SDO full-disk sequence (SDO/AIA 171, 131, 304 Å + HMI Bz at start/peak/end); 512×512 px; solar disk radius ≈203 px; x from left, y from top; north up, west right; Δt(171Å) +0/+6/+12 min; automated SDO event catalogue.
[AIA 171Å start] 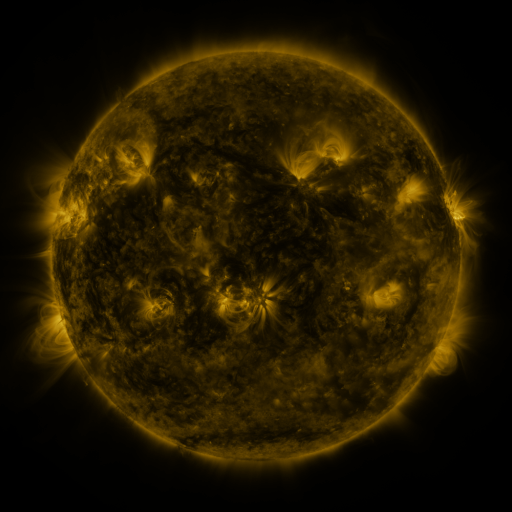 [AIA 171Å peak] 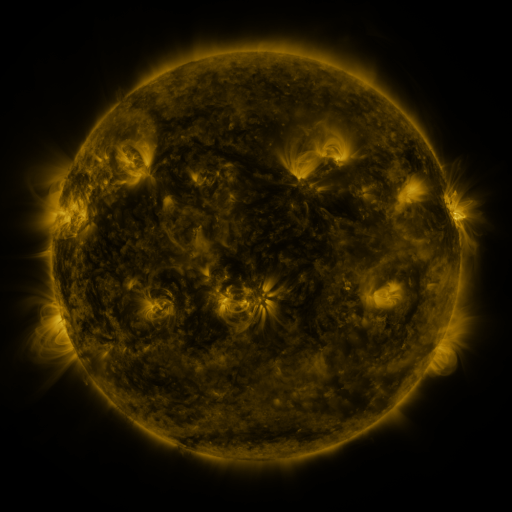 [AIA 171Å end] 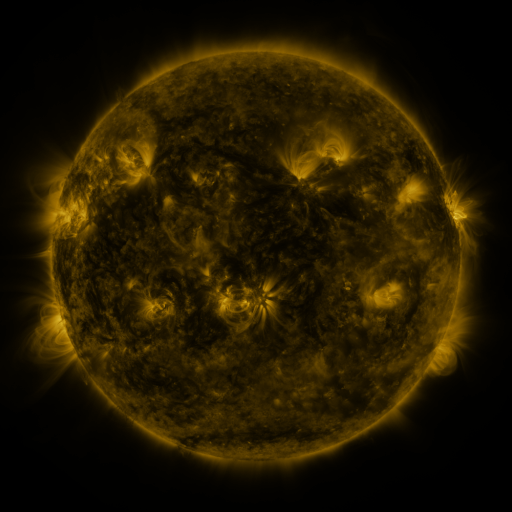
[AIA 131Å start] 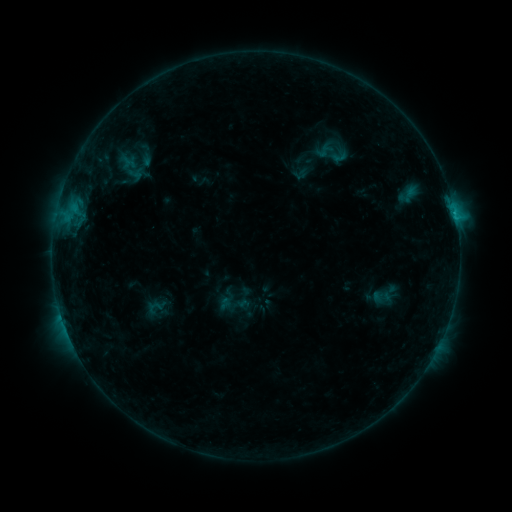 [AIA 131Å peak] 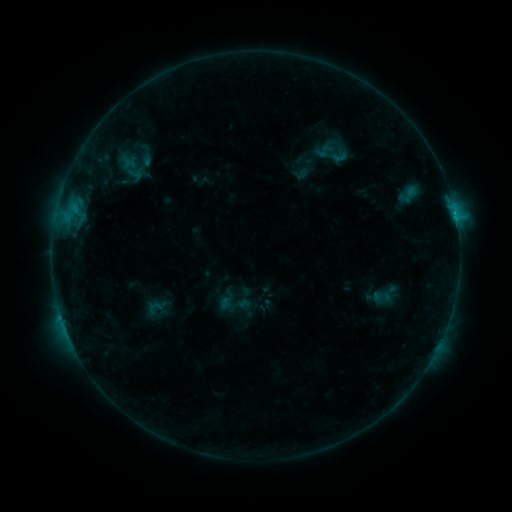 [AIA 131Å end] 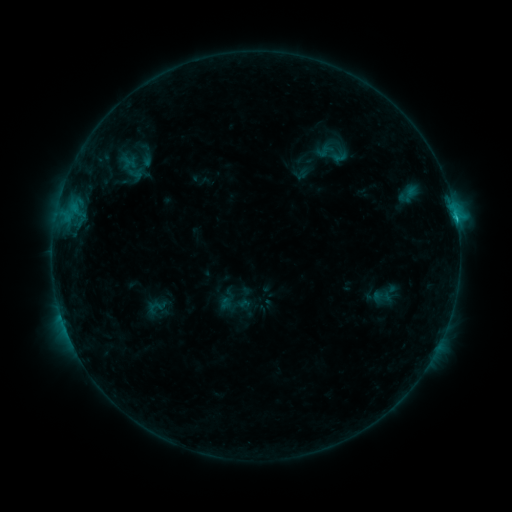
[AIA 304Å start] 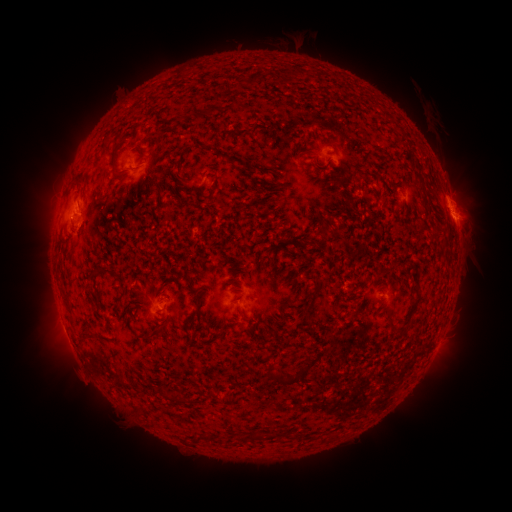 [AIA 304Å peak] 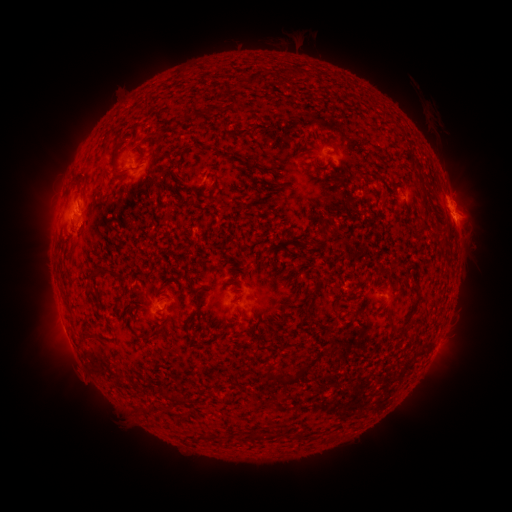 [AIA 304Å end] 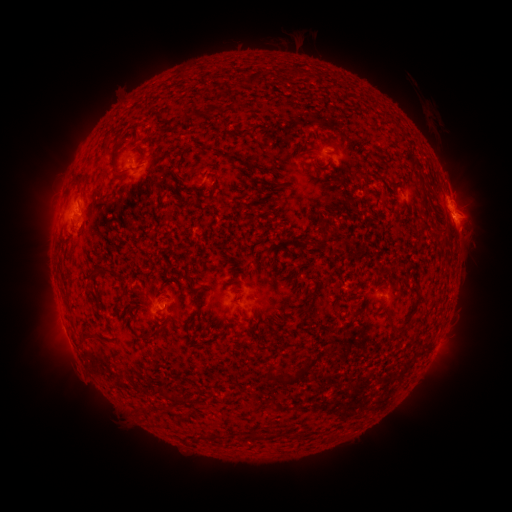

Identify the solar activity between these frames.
C1.5 flare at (456, 223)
